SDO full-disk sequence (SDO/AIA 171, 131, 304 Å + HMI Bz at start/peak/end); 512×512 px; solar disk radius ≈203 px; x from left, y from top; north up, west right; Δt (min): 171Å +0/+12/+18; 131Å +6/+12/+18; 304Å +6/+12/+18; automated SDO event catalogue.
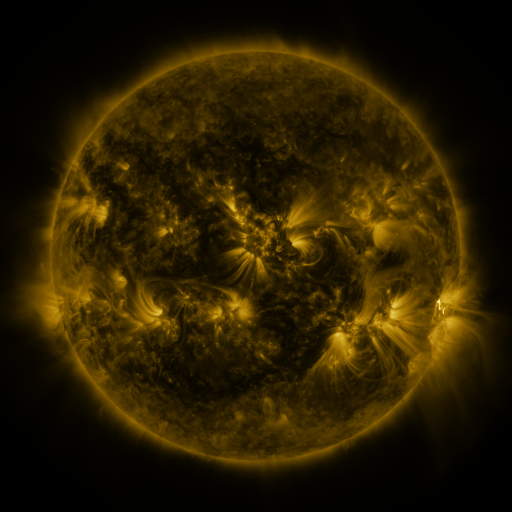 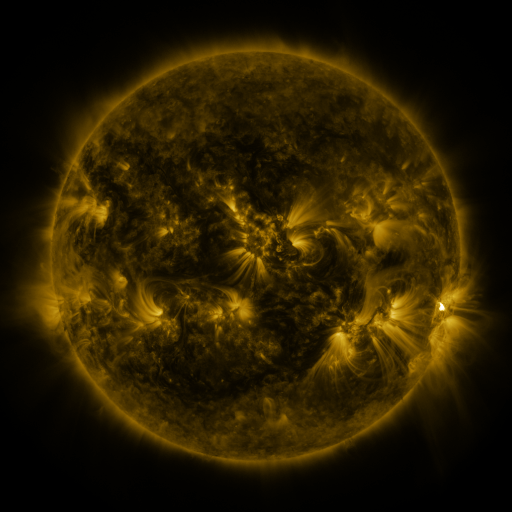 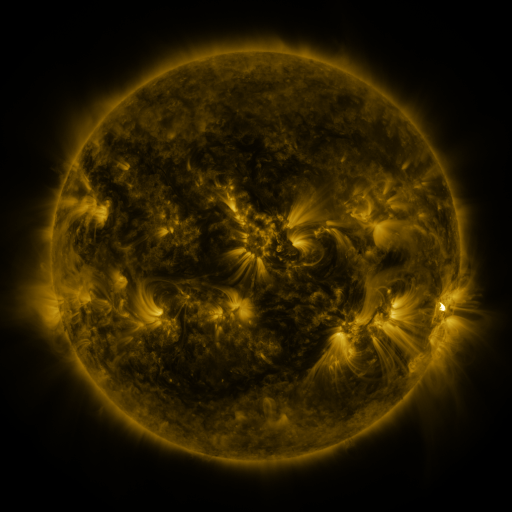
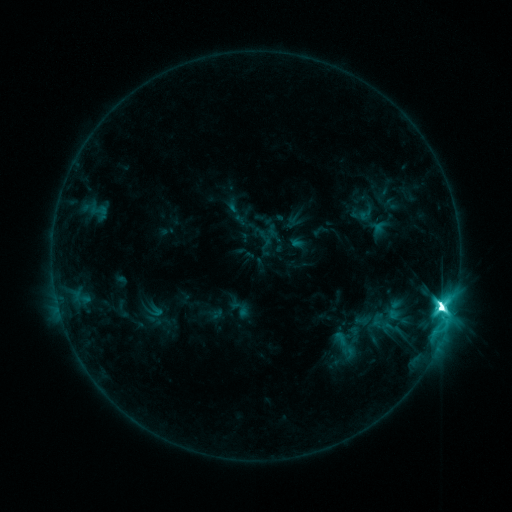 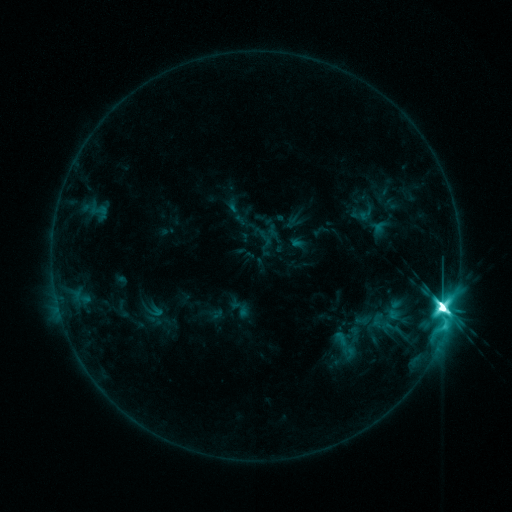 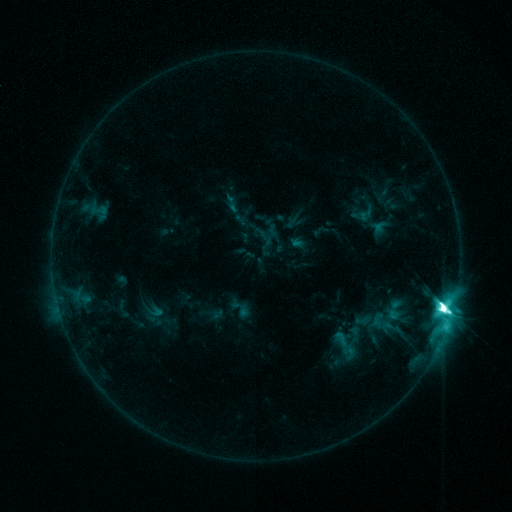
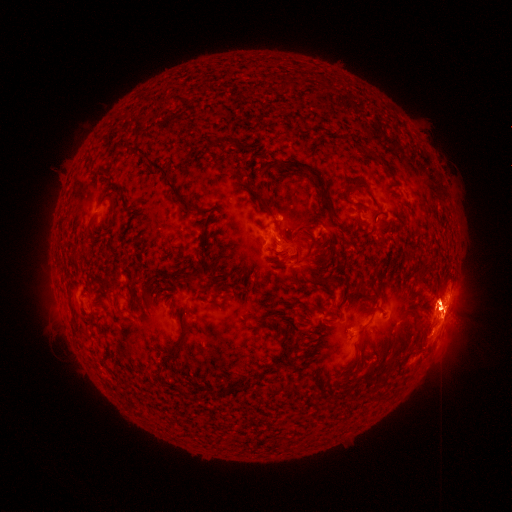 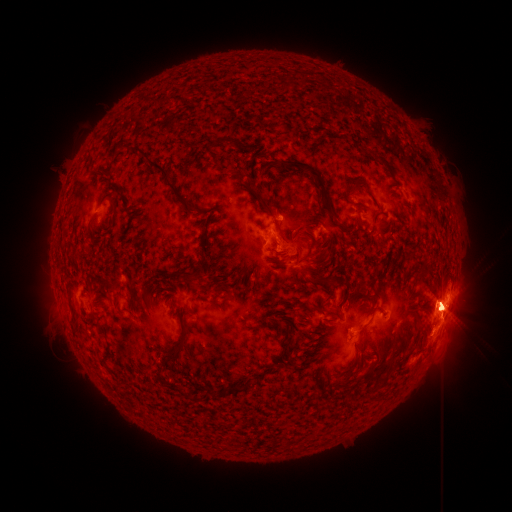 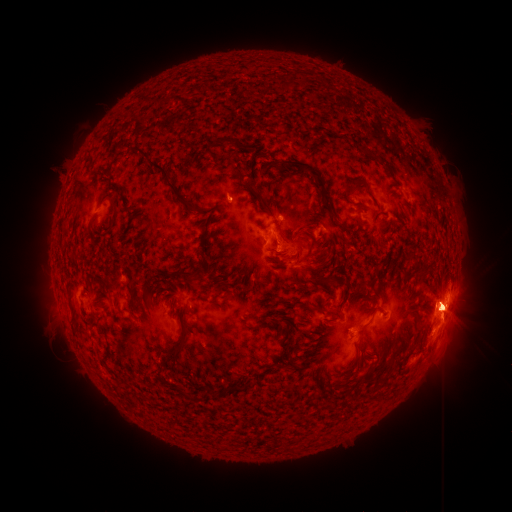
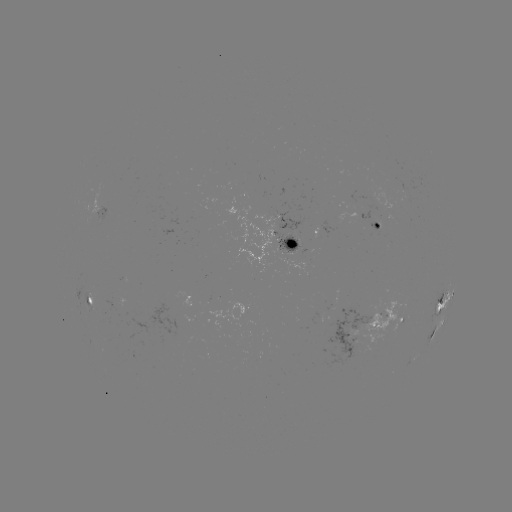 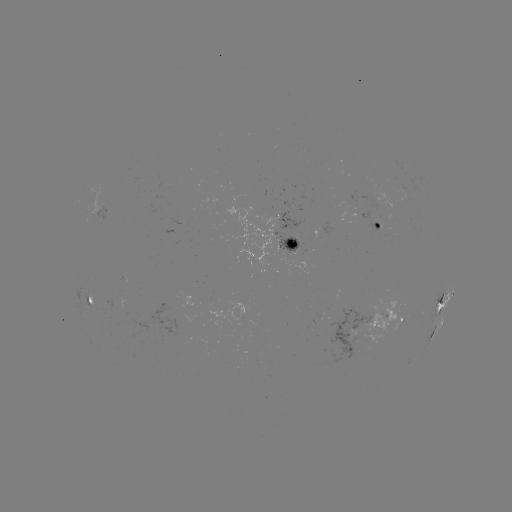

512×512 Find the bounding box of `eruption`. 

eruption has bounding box [42, 279, 81, 346].